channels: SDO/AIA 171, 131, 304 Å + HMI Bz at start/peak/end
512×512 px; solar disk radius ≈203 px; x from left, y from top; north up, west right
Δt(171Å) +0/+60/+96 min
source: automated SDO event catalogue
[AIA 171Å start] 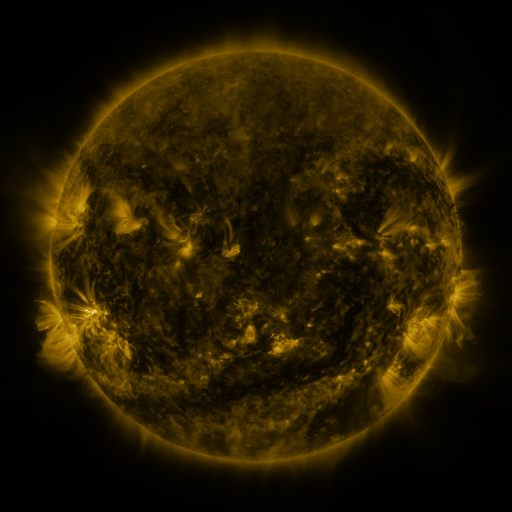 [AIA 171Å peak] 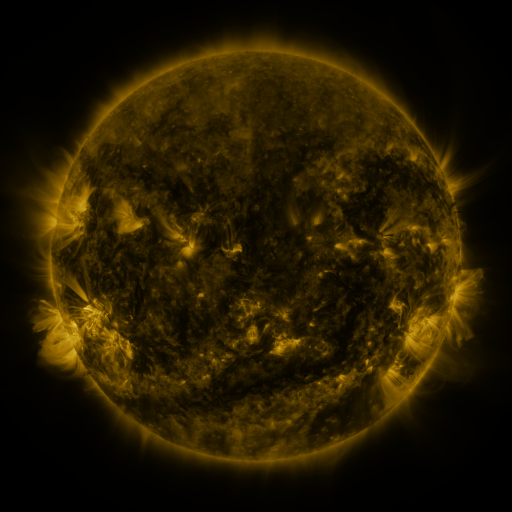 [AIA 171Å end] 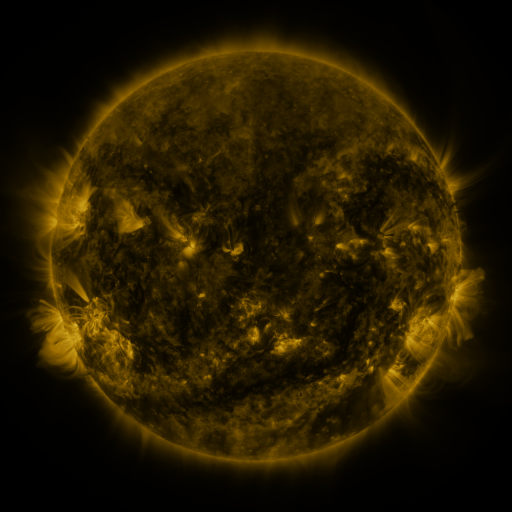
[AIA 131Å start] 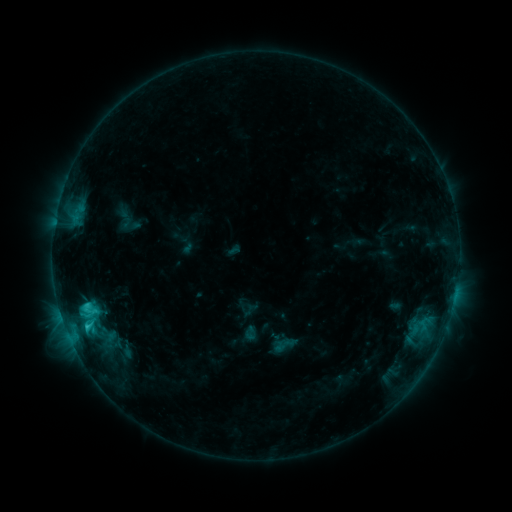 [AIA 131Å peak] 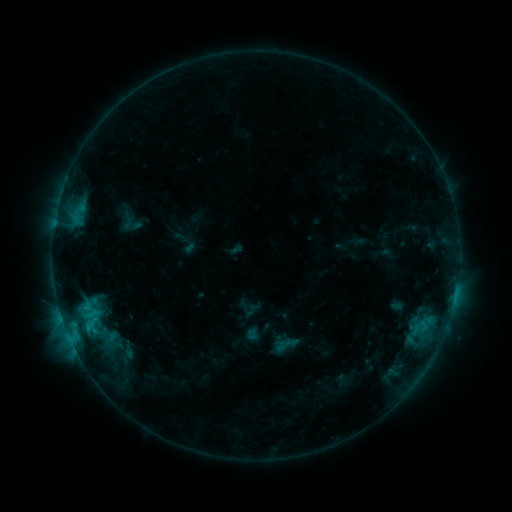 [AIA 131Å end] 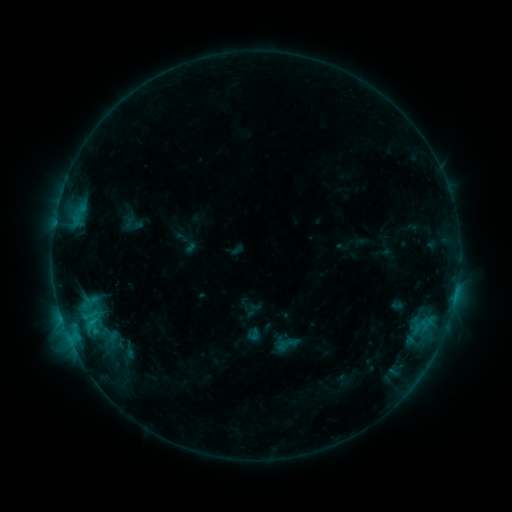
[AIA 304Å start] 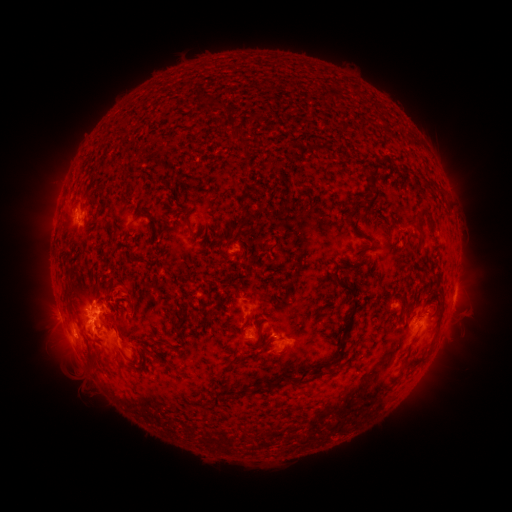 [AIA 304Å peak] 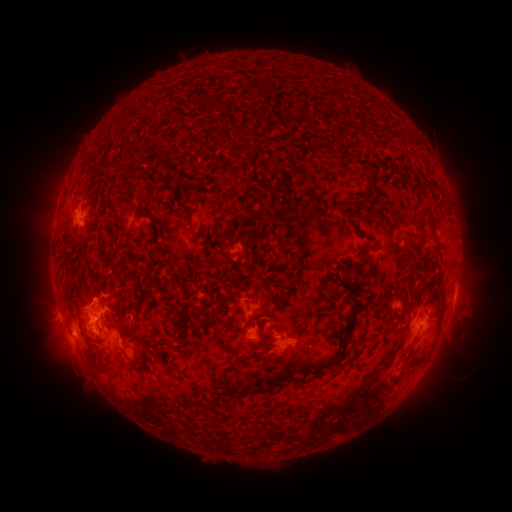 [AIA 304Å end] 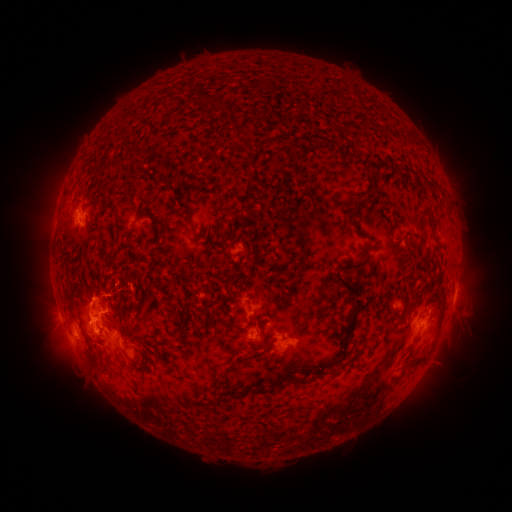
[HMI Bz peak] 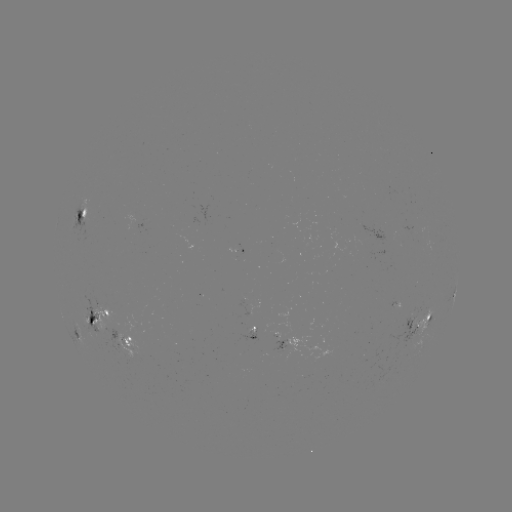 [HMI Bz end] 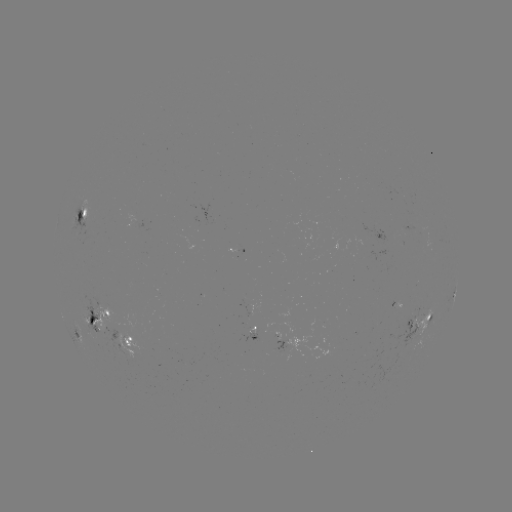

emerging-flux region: <bbox>246, 326, 257, 336</bbox>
